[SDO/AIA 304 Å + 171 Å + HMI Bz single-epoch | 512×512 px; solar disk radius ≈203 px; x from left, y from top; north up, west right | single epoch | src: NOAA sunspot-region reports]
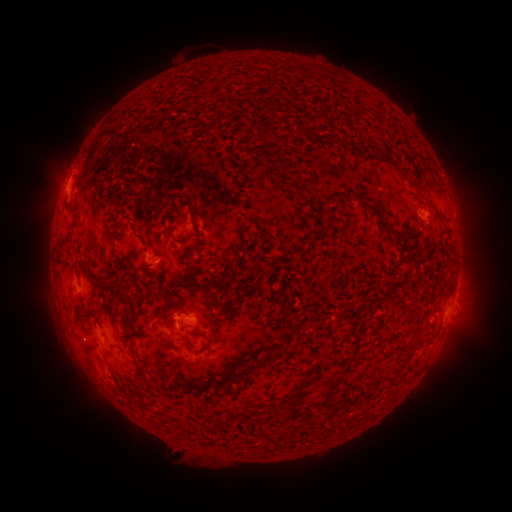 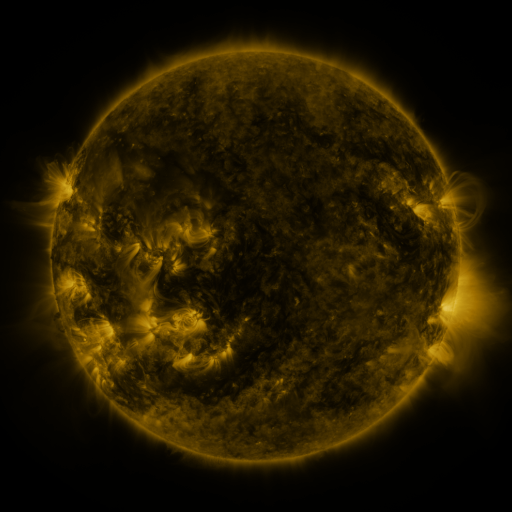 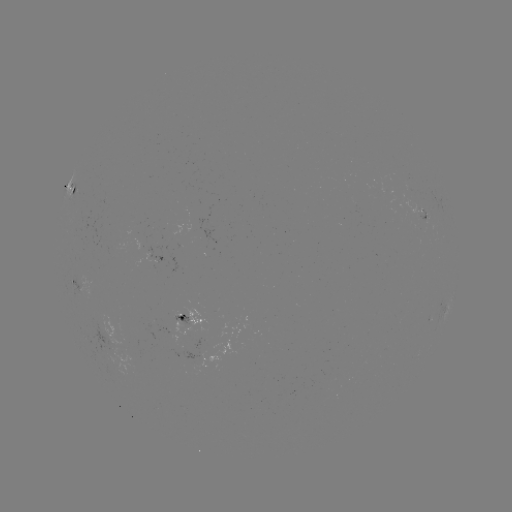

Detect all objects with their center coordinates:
spotted active region: (71, 193)
spotted active region: (422, 218)
spotted active region: (157, 255)
spotted active region: (74, 283)
spotted active region: (447, 305)
spotted active region: (198, 322)
